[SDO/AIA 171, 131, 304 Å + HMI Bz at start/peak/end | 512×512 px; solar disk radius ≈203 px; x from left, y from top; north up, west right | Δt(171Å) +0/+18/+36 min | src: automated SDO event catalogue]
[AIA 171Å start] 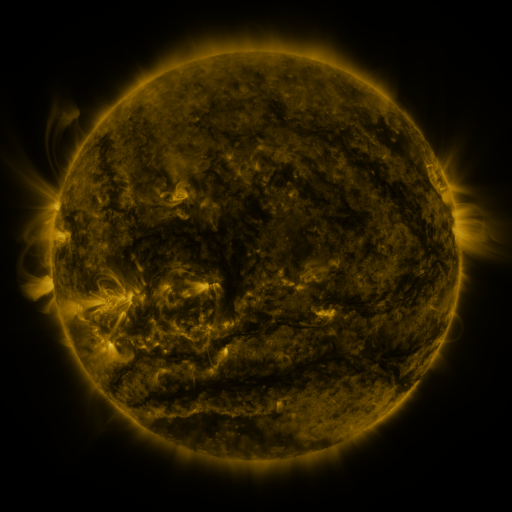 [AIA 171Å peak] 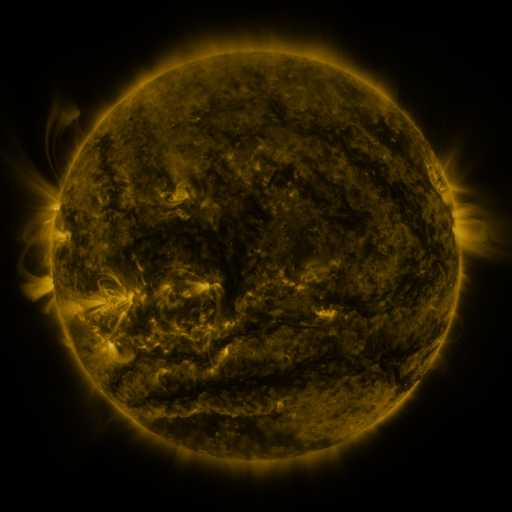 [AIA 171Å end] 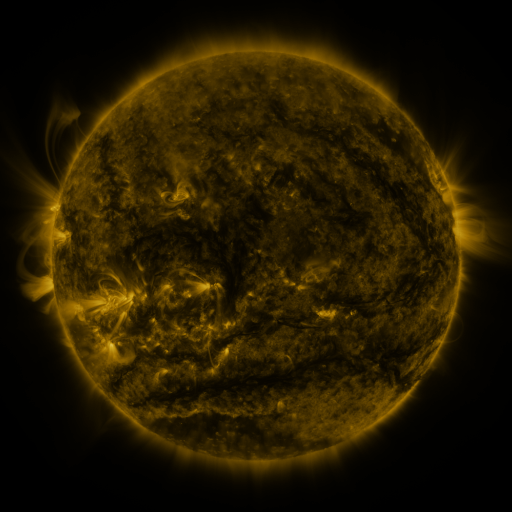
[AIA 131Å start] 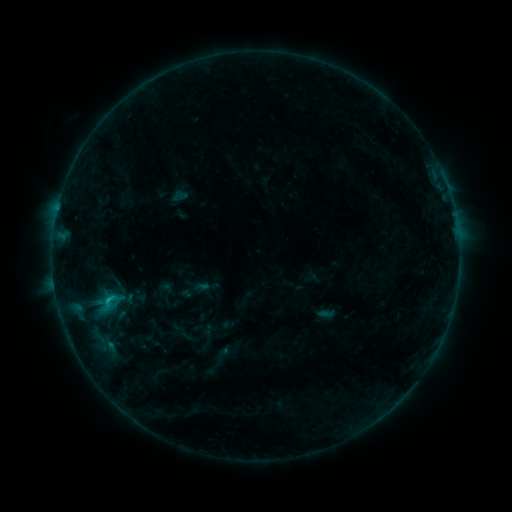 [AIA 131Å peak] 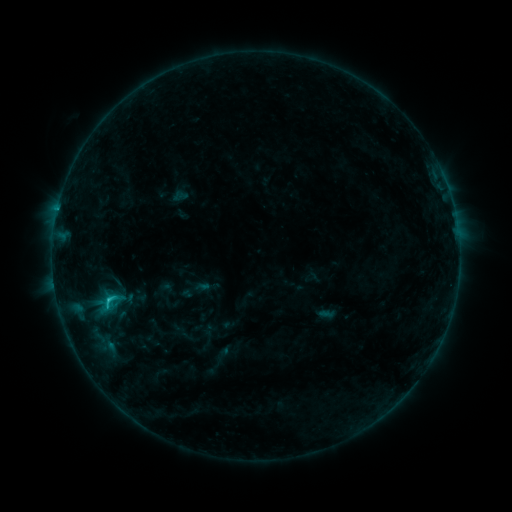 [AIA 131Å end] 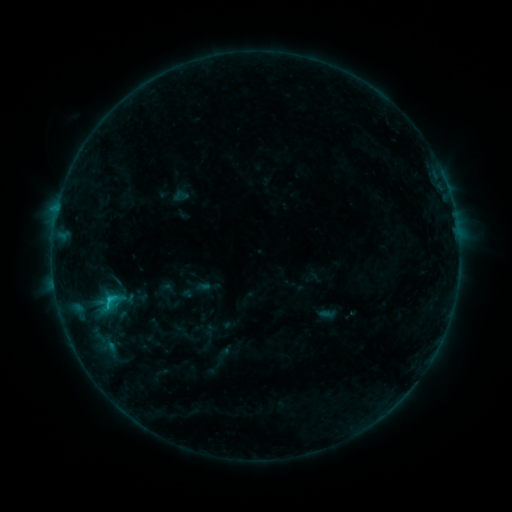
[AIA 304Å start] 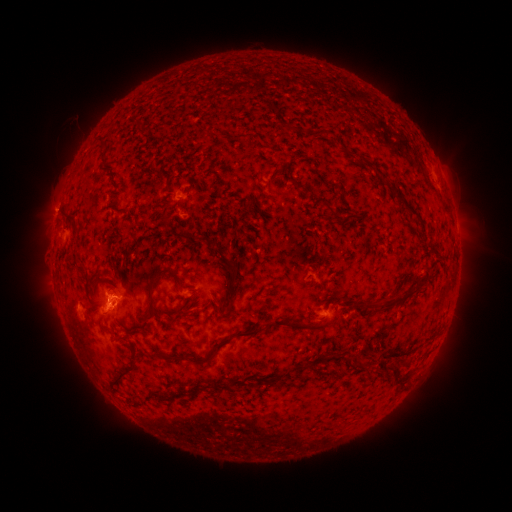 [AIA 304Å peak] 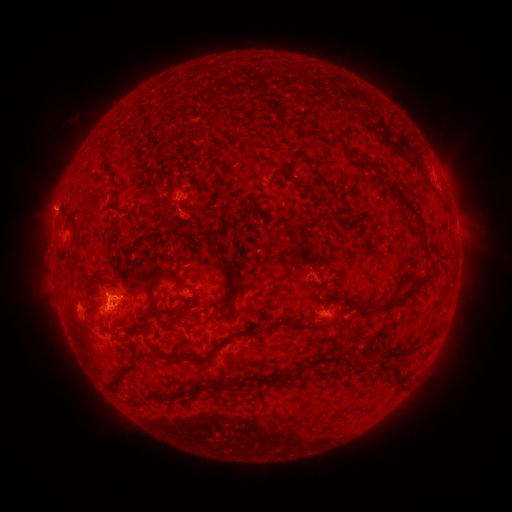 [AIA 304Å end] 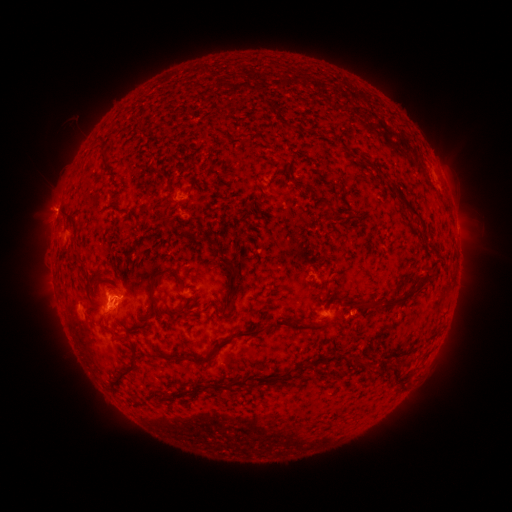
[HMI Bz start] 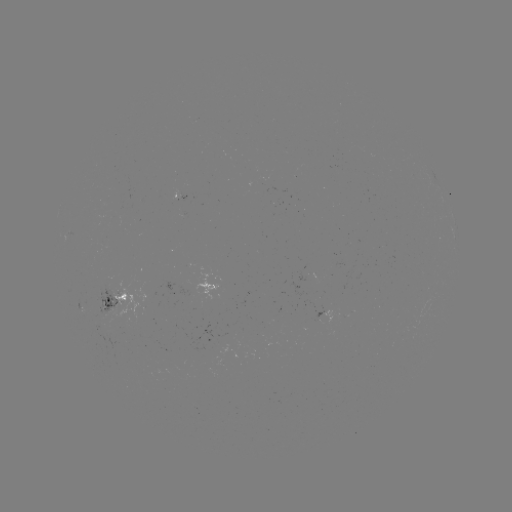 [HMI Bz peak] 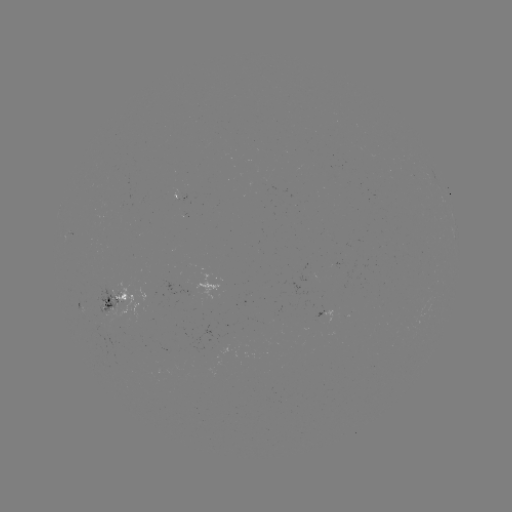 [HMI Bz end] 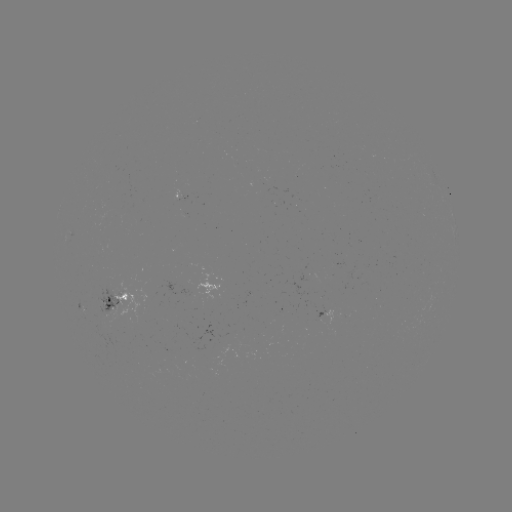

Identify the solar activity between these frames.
C1.4 flare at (109, 299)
